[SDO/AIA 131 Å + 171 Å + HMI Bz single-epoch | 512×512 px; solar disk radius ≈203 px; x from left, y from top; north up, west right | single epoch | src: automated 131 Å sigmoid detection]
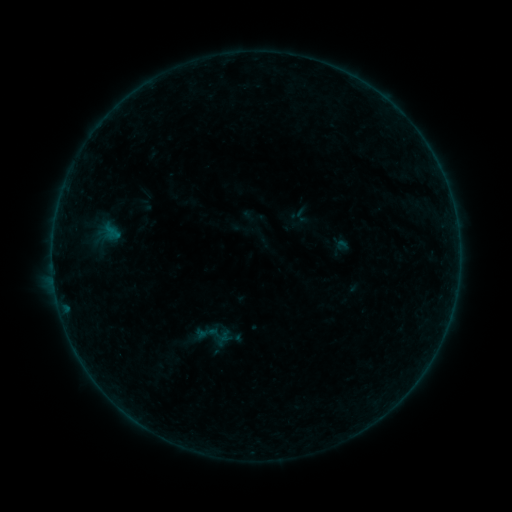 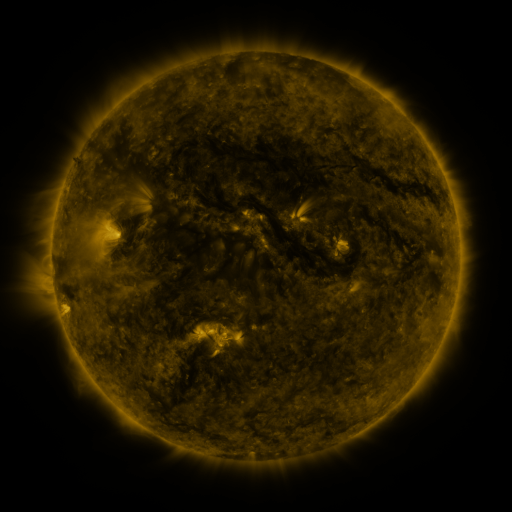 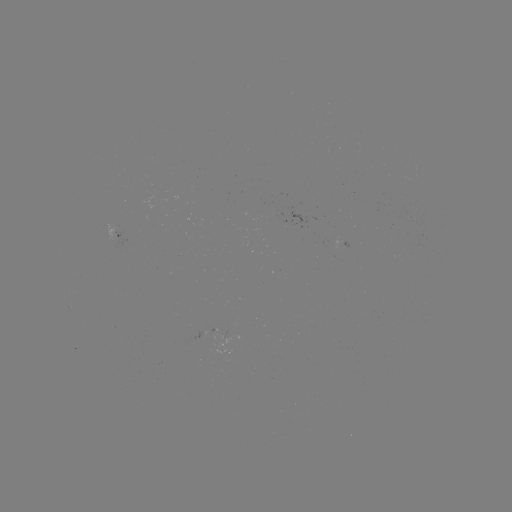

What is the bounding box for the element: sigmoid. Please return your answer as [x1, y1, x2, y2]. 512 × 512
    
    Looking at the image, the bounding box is [196, 323, 218, 343].